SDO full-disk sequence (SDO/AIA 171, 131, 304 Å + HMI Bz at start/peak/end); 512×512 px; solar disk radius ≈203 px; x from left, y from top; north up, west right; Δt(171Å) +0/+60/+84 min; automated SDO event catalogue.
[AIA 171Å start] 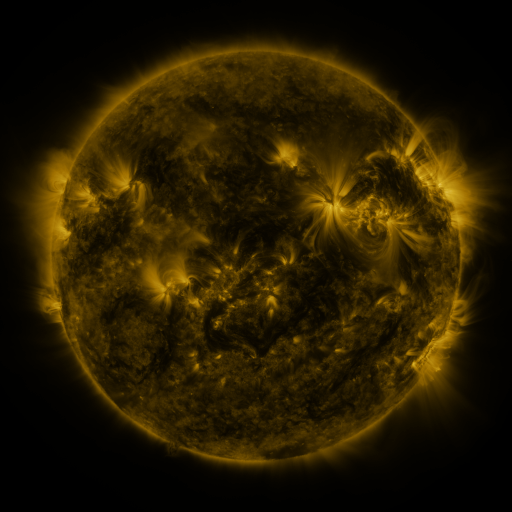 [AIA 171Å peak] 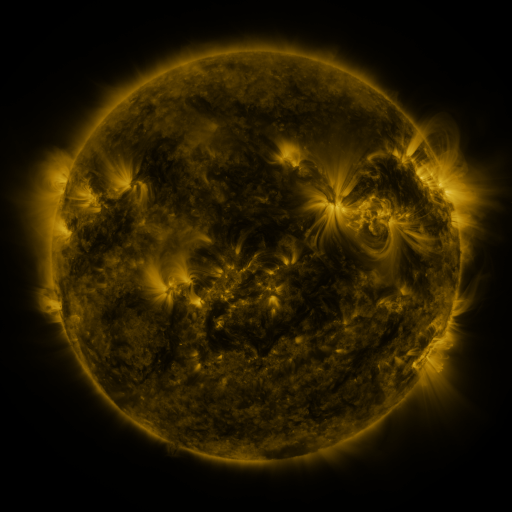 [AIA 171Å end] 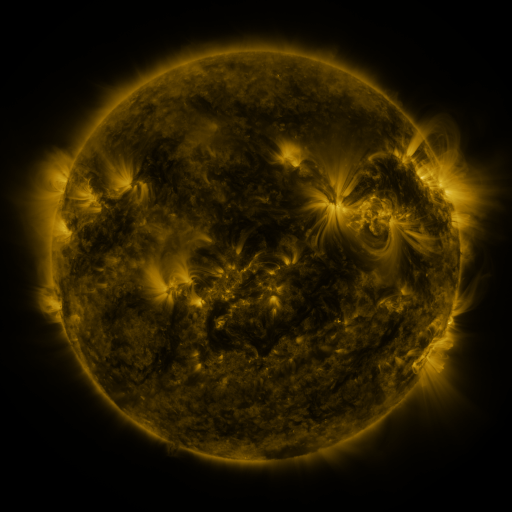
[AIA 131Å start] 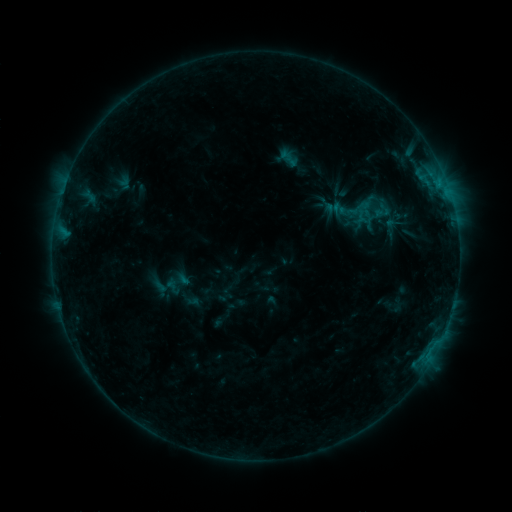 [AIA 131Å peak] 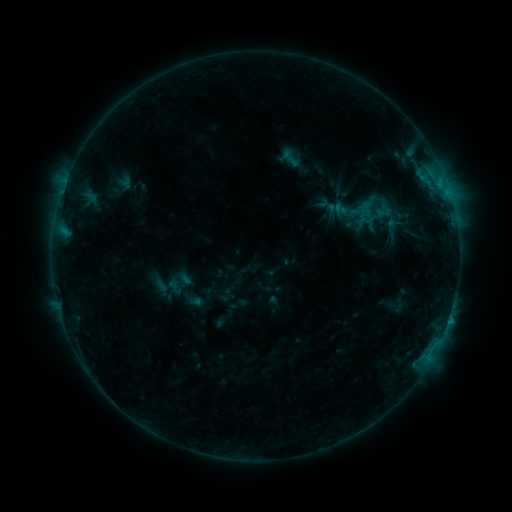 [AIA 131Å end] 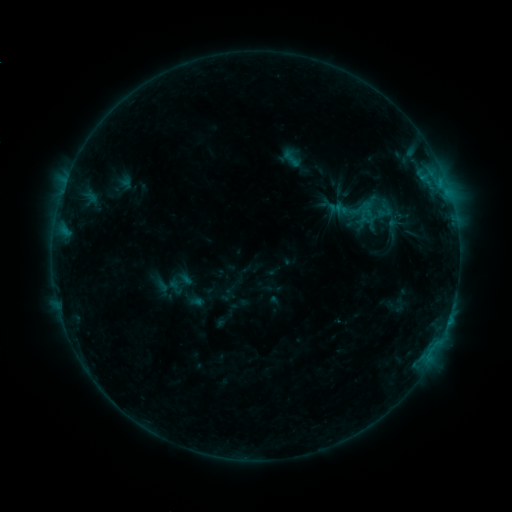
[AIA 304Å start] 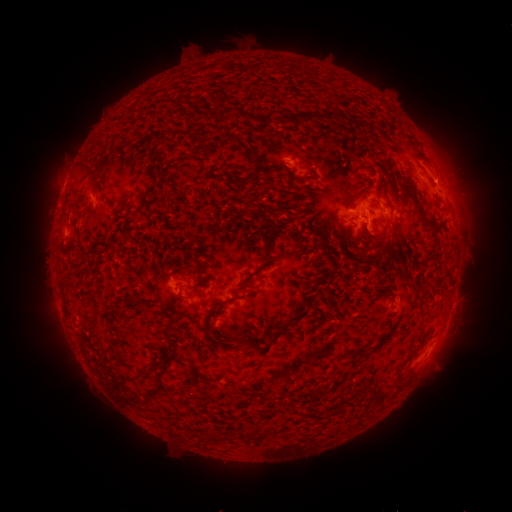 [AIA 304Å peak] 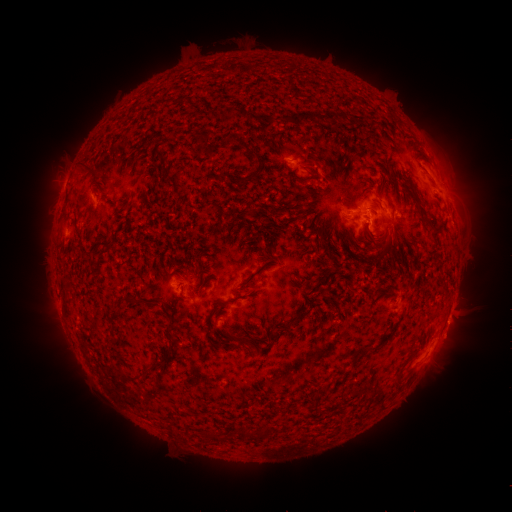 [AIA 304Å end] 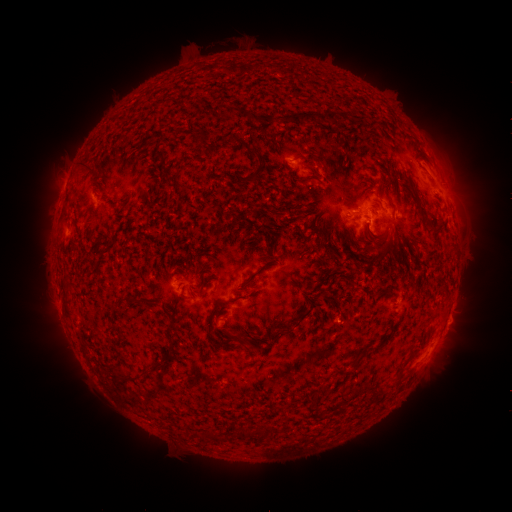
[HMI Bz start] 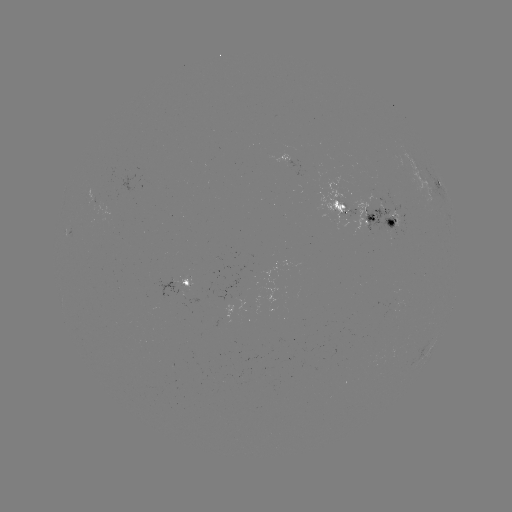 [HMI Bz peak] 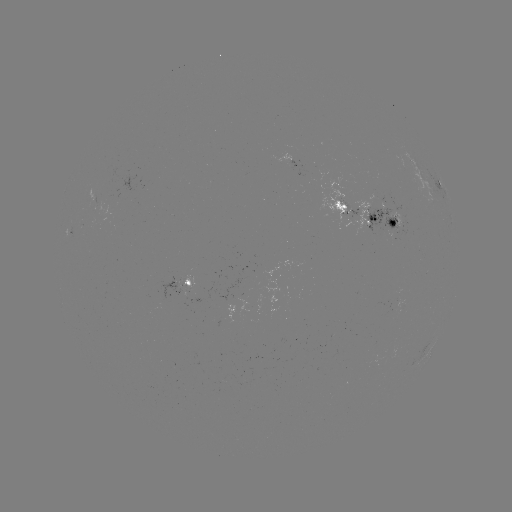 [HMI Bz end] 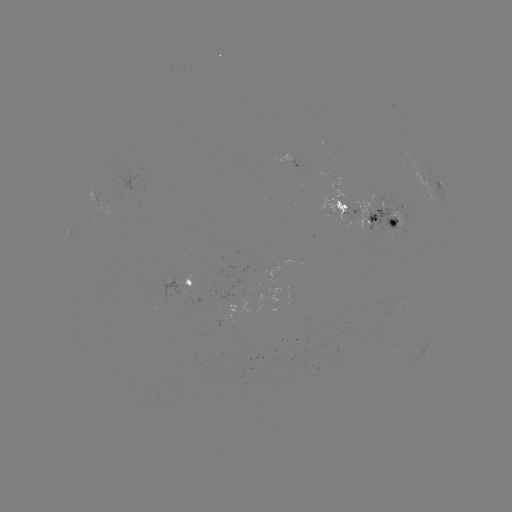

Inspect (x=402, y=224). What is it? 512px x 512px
emerging-flux region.